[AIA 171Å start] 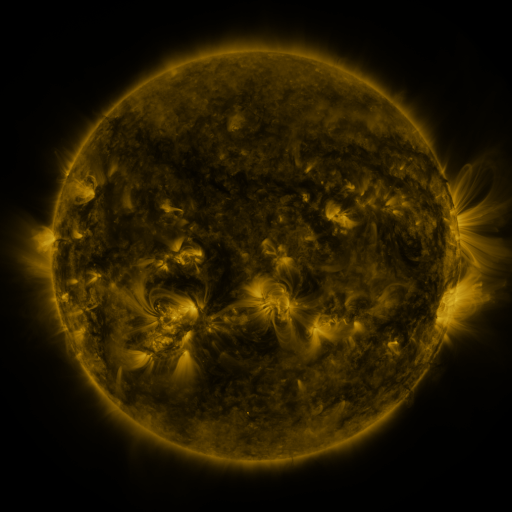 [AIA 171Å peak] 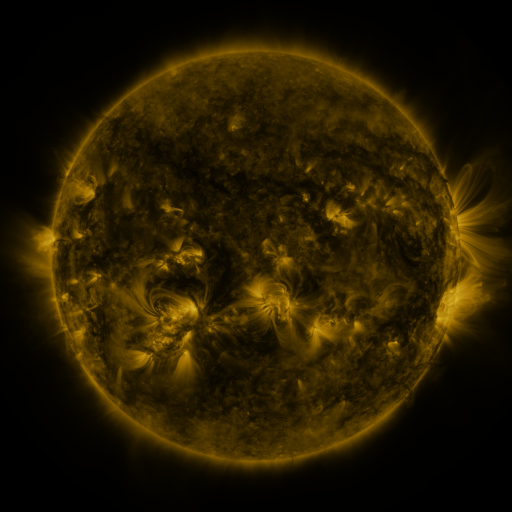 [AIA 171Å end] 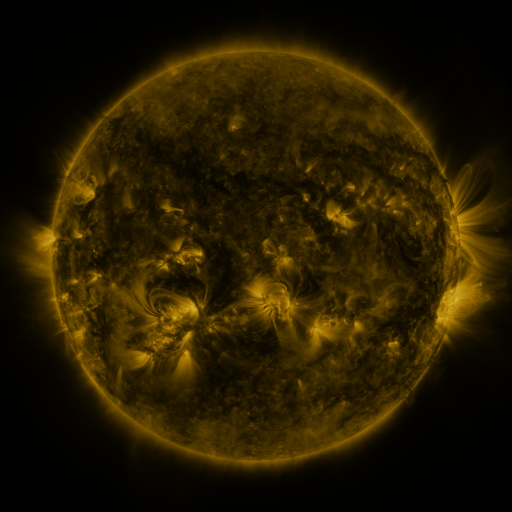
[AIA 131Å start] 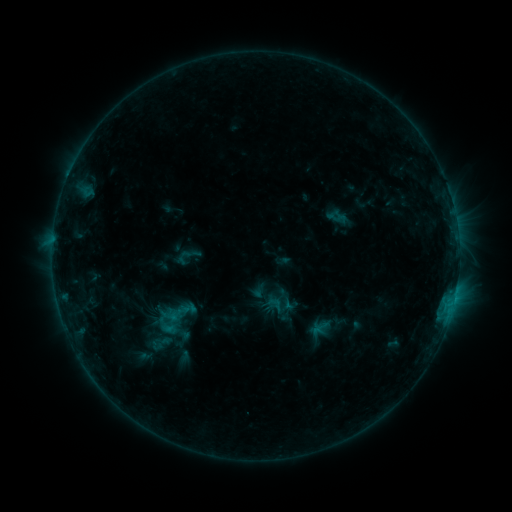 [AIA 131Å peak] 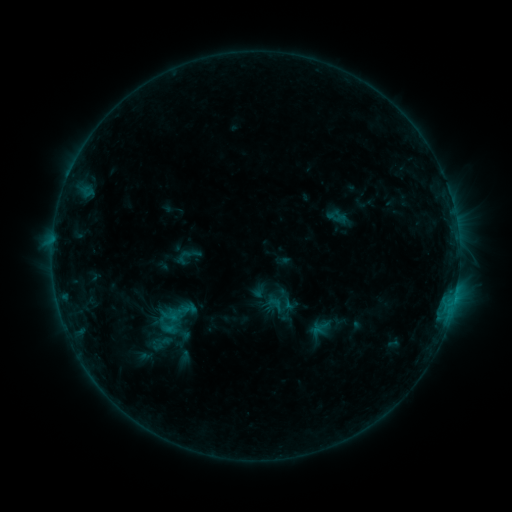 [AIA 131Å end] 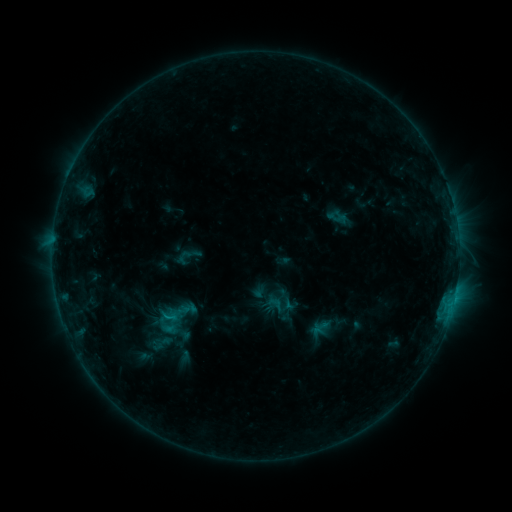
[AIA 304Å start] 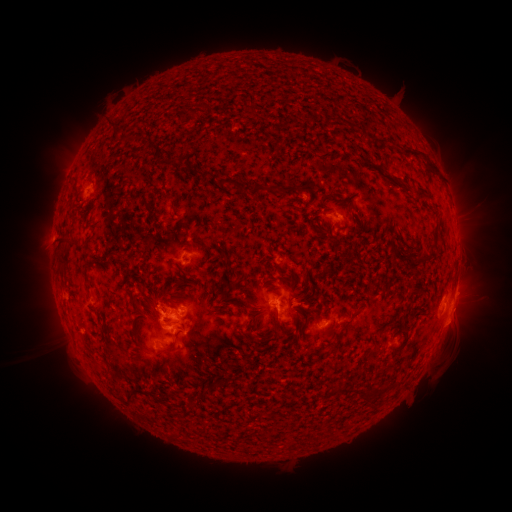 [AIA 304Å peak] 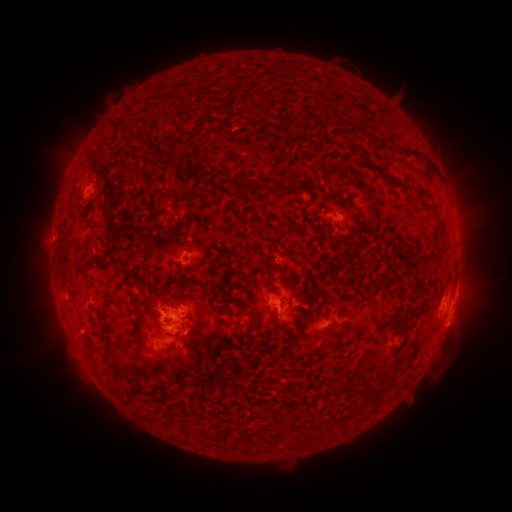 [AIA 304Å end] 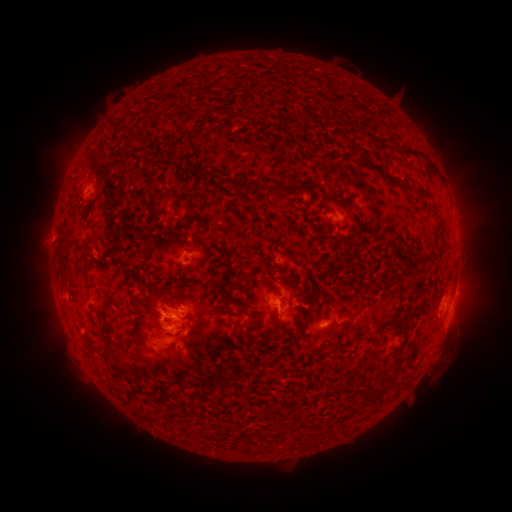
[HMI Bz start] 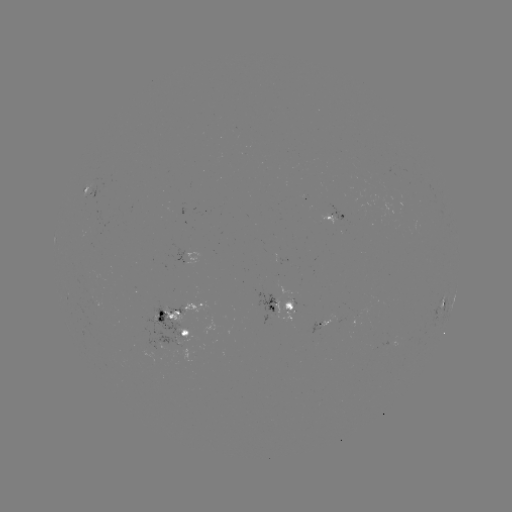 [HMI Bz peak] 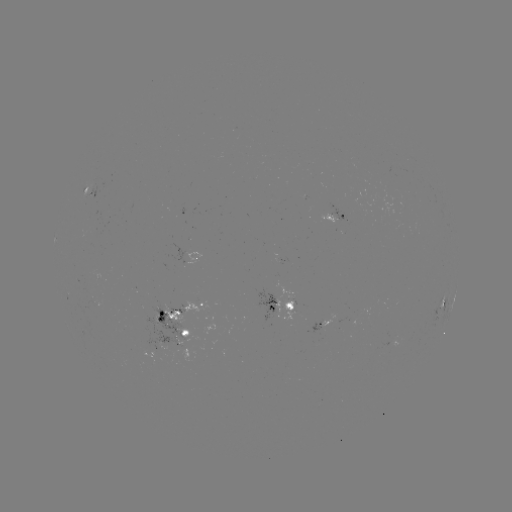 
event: eruption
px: (456, 330)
